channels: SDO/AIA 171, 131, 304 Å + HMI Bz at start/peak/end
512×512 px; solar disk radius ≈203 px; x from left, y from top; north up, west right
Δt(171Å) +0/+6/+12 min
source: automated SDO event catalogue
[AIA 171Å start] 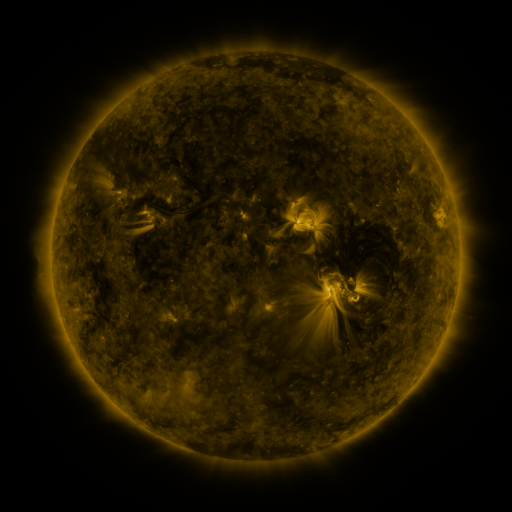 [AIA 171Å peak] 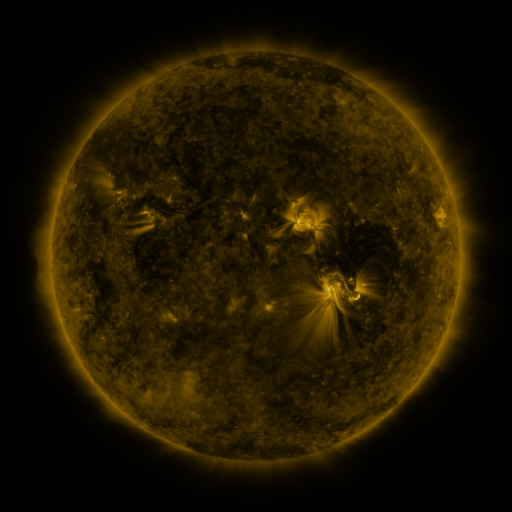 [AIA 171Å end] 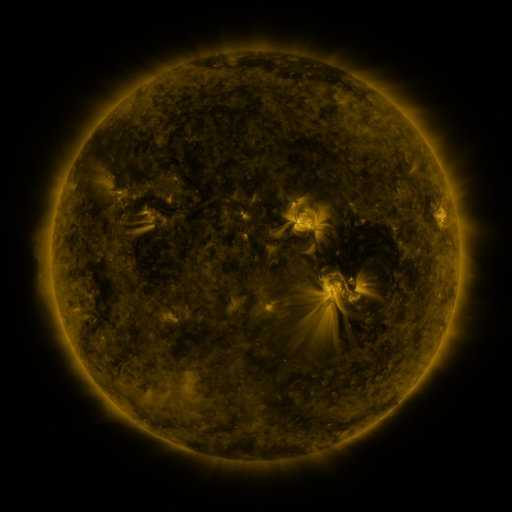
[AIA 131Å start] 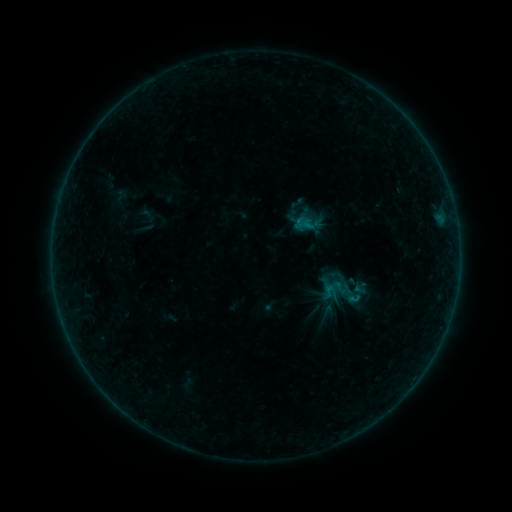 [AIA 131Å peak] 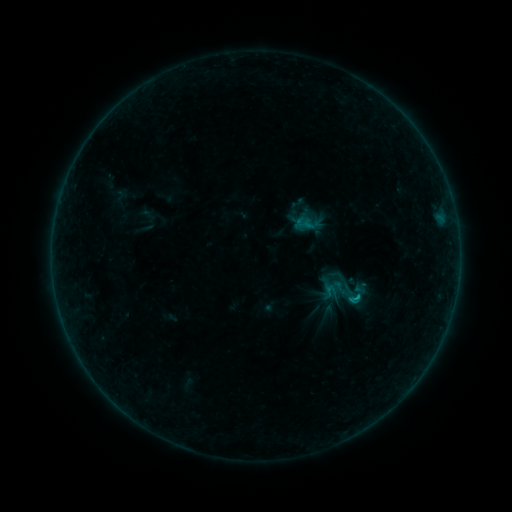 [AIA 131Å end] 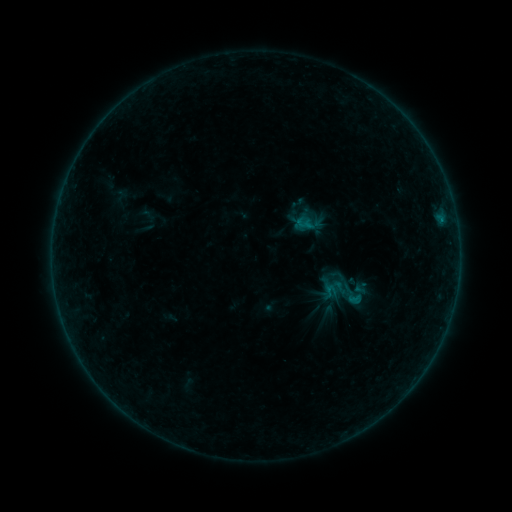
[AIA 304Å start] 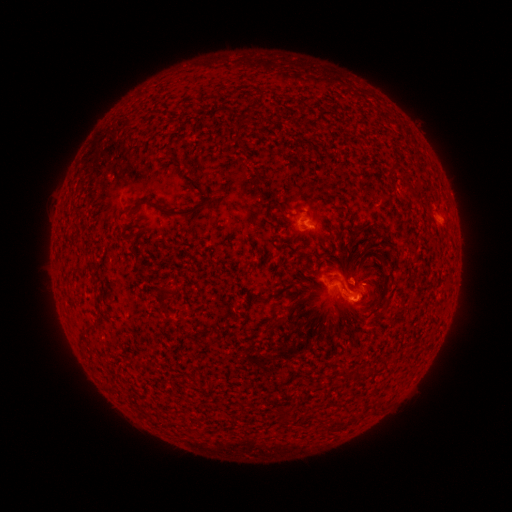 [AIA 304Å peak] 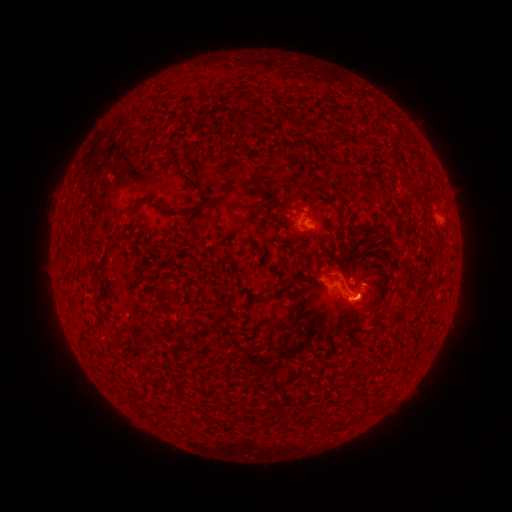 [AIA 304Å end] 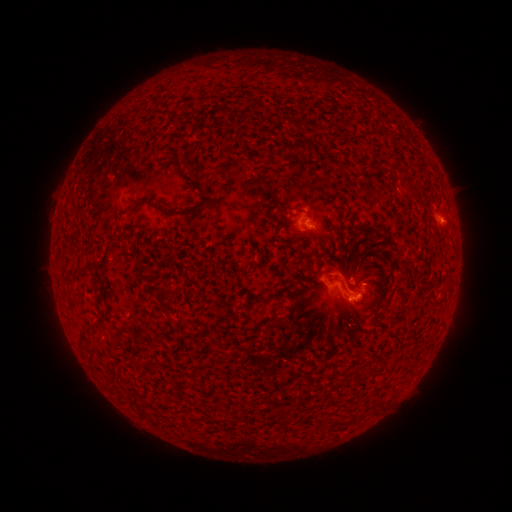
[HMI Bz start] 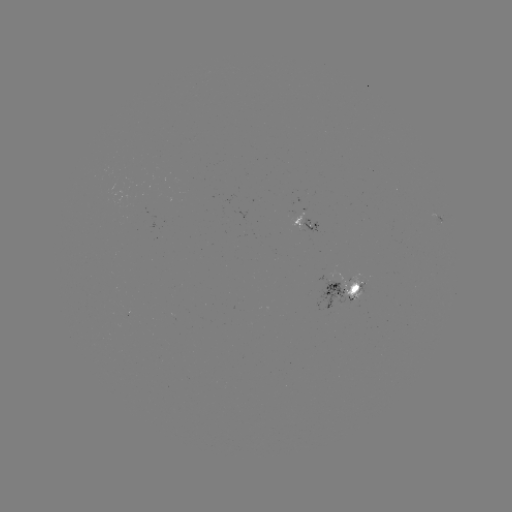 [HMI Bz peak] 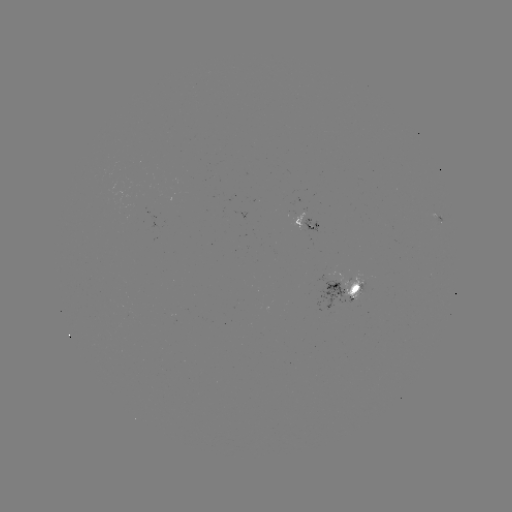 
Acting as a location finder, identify B4.8 flare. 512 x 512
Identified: [353, 297].